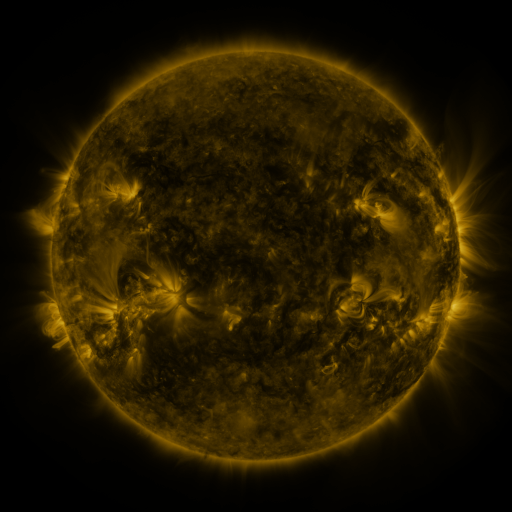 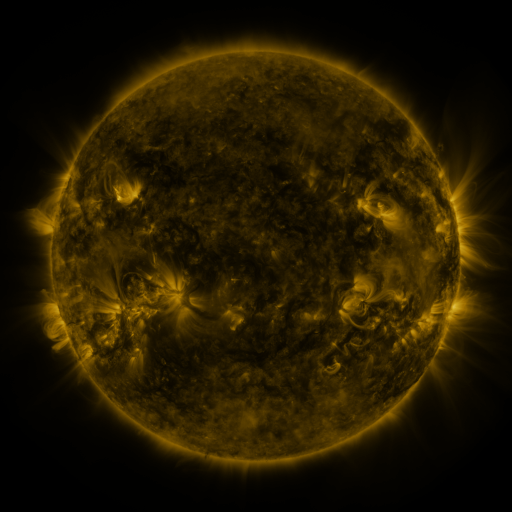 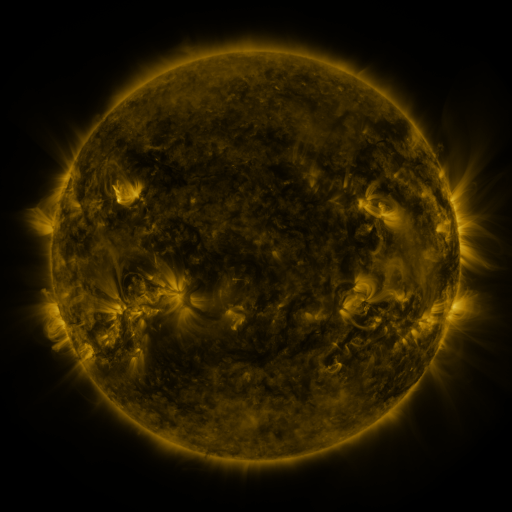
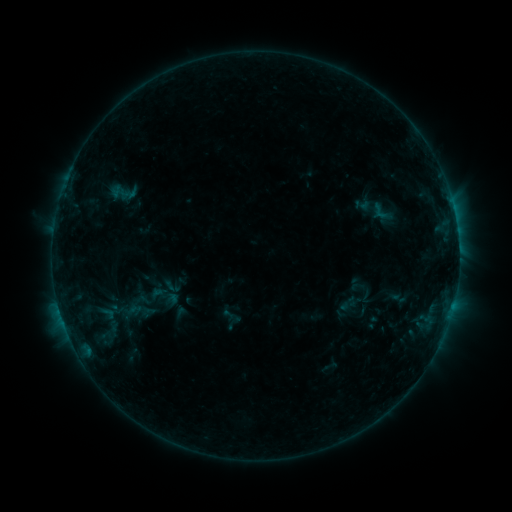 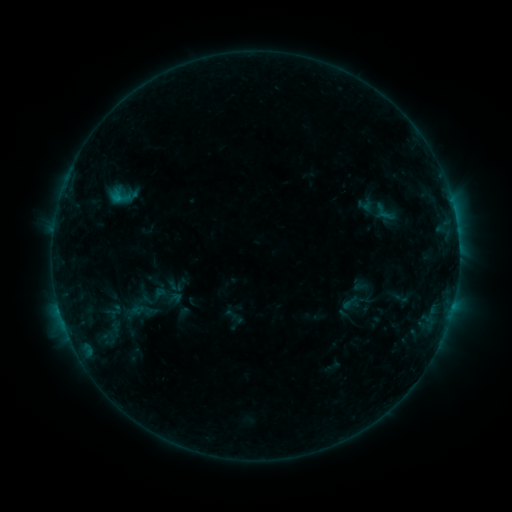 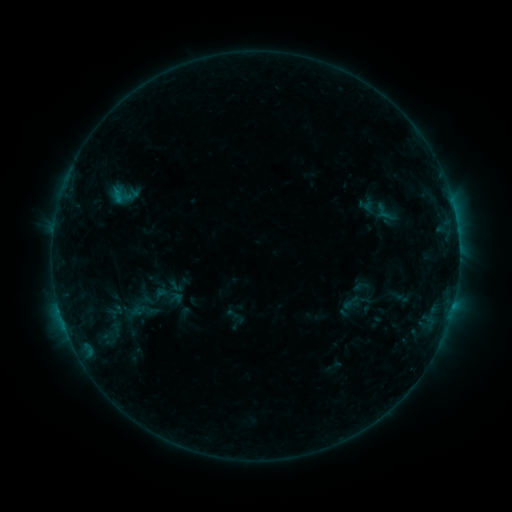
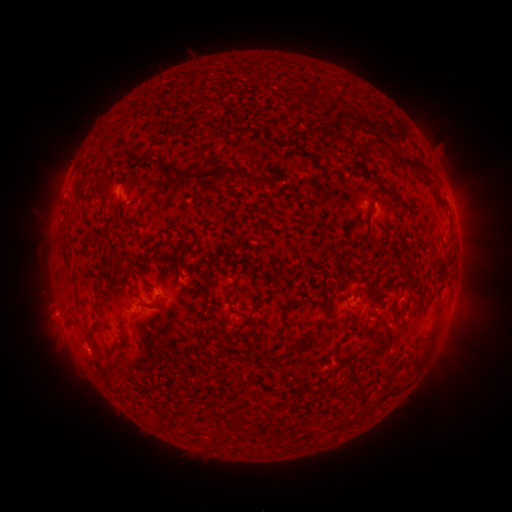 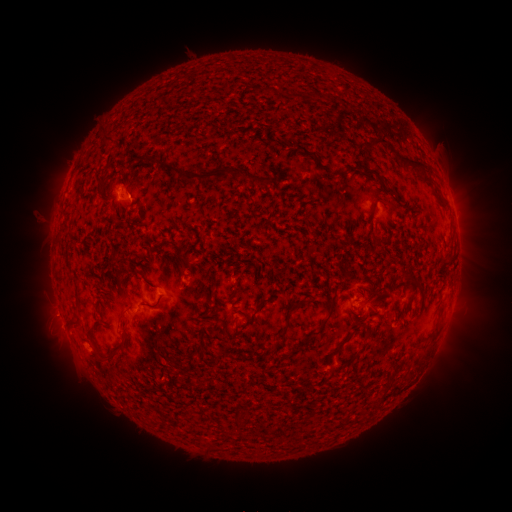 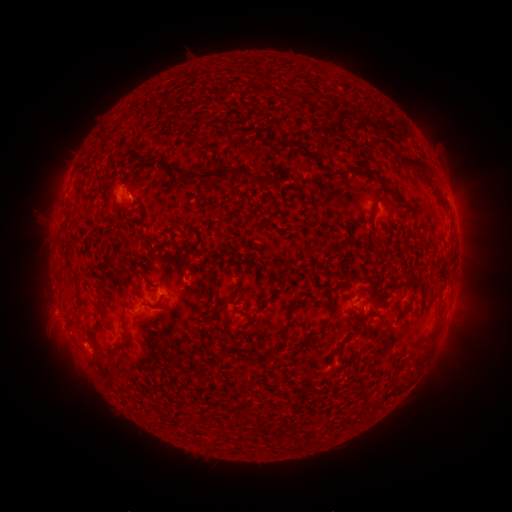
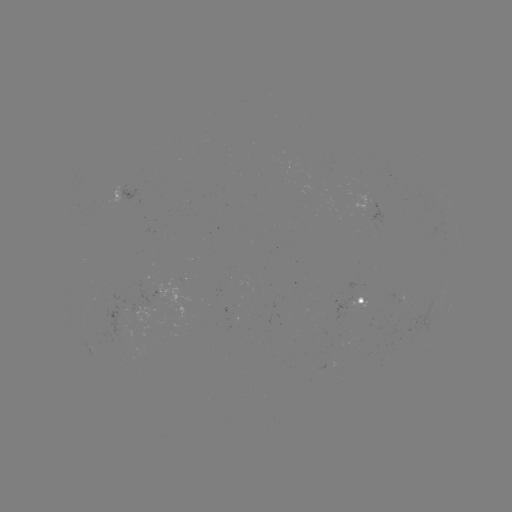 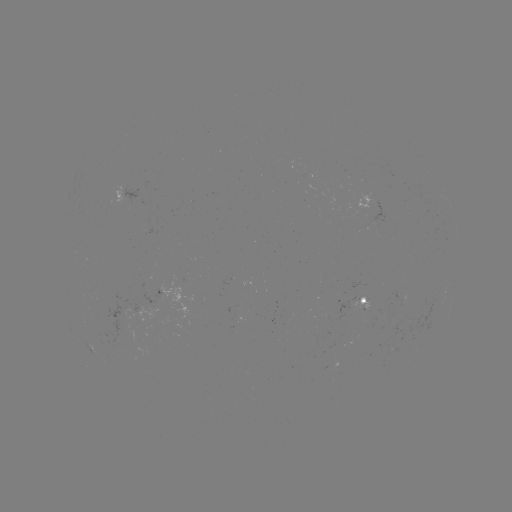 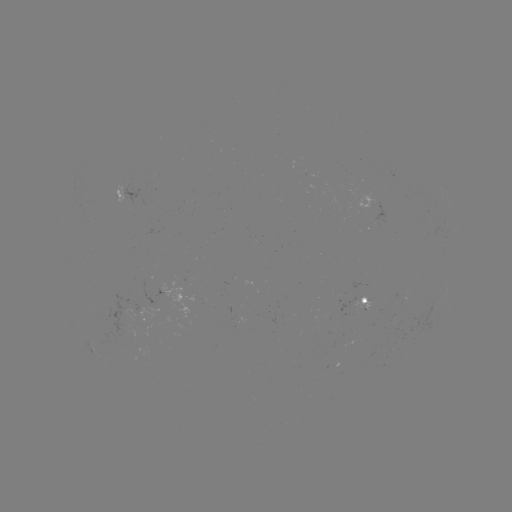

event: emerging-flux region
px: (376, 207)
